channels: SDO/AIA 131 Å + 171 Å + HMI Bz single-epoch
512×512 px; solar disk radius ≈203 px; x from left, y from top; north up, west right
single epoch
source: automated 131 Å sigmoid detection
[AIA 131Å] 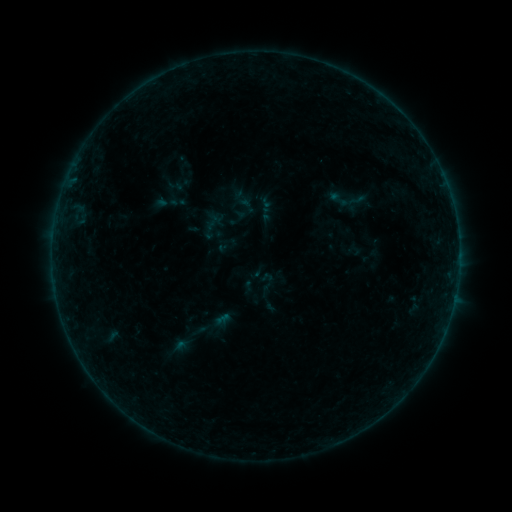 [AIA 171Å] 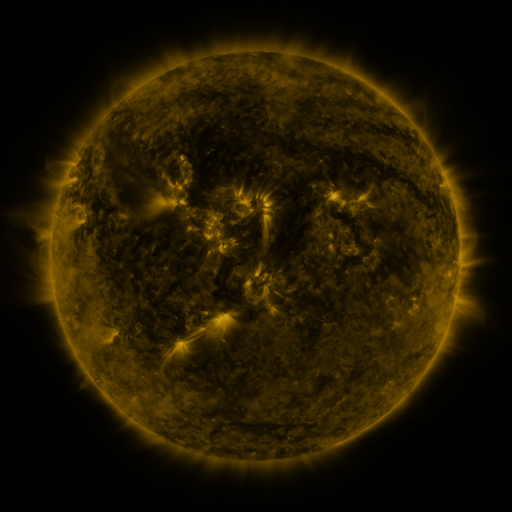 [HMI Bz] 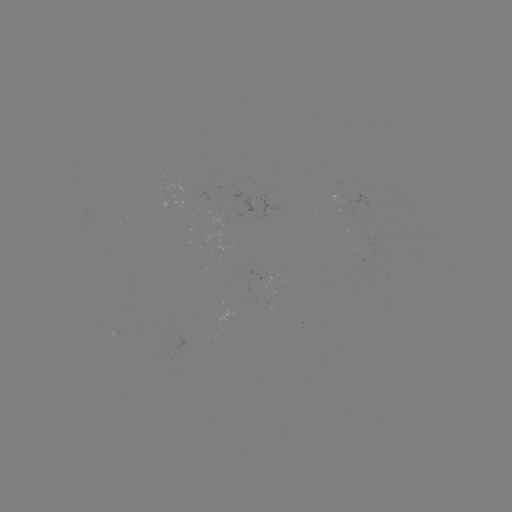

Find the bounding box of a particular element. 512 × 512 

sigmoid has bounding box [246, 270, 289, 312].